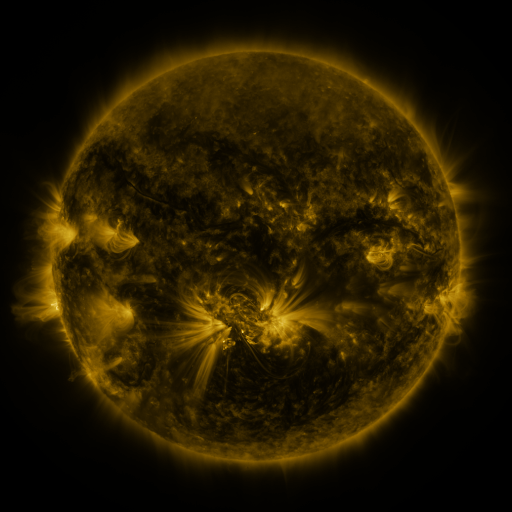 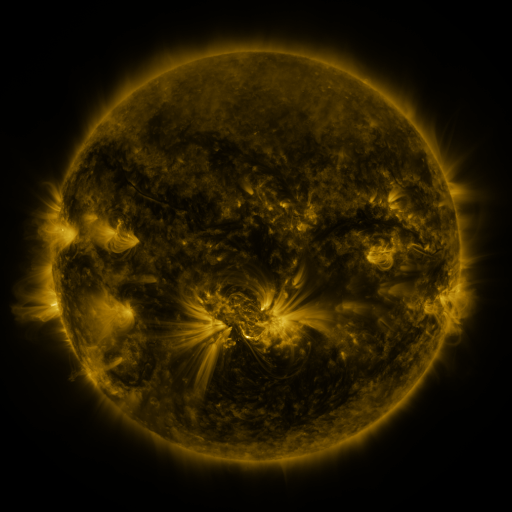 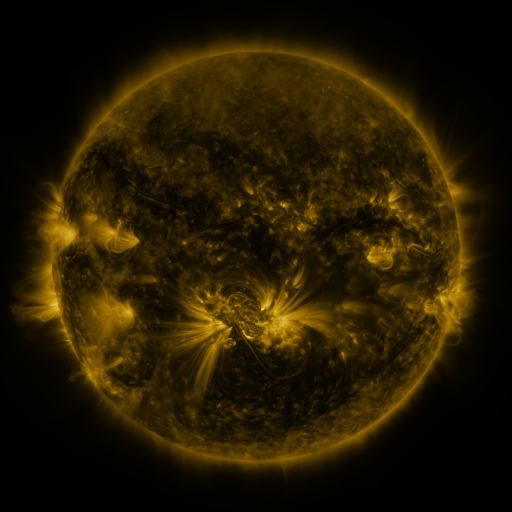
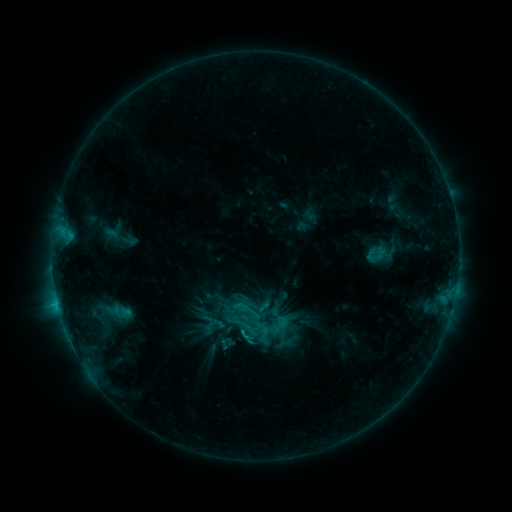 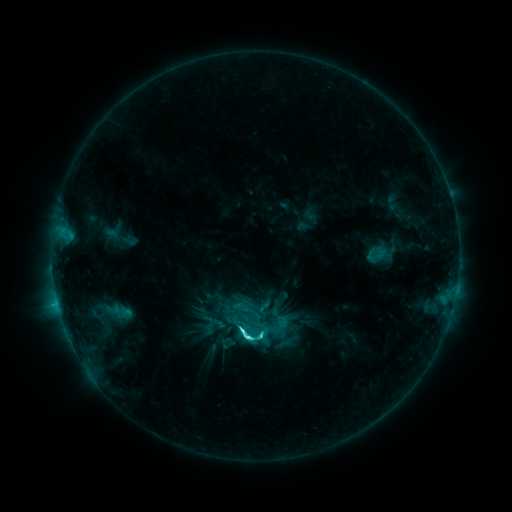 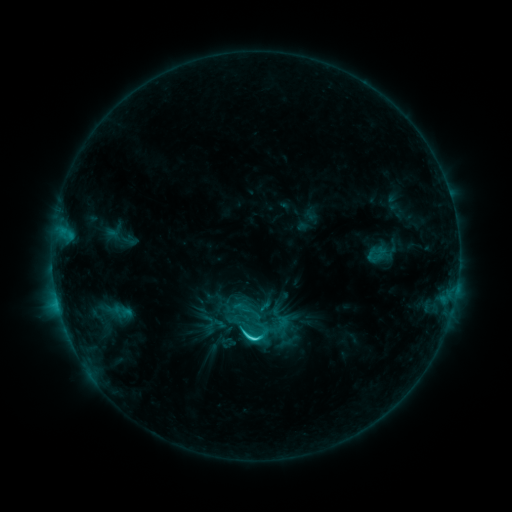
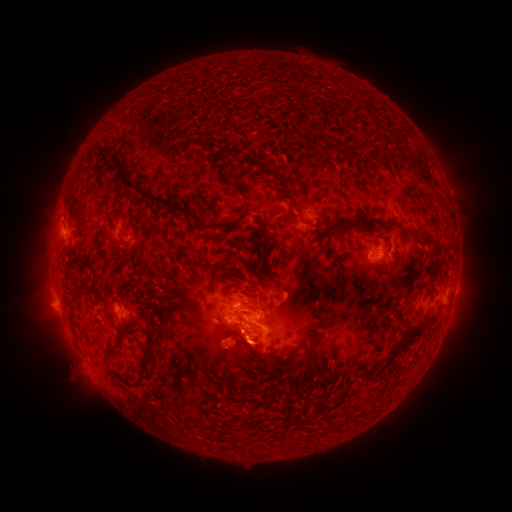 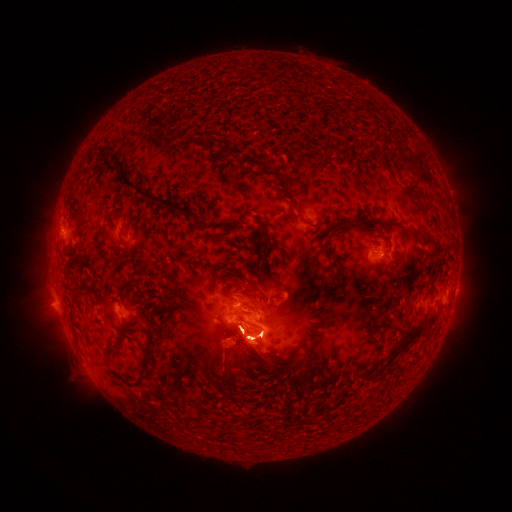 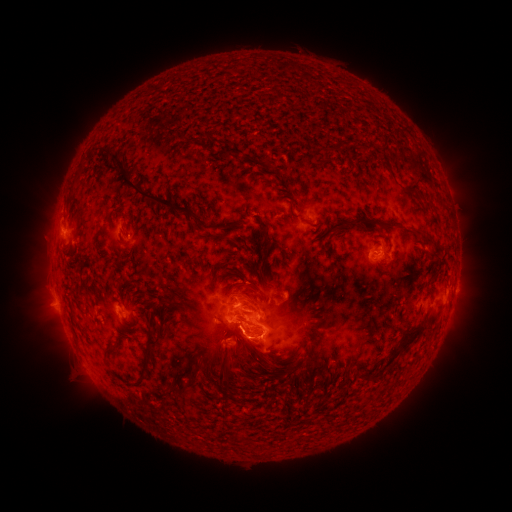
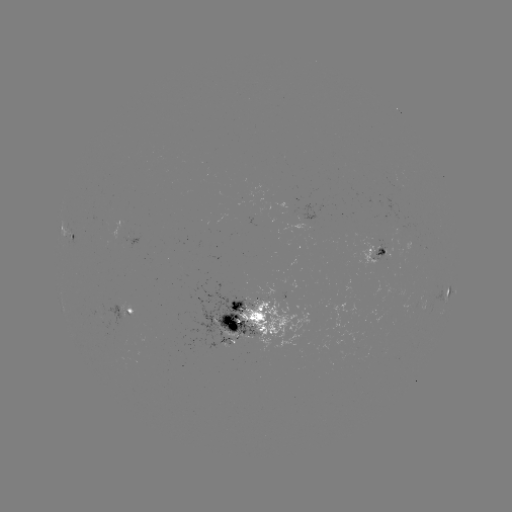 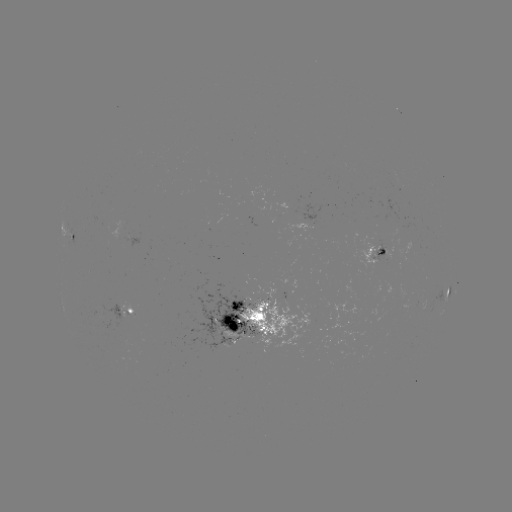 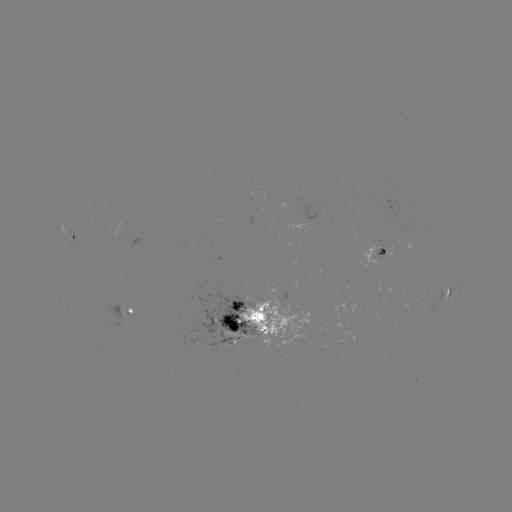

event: eruption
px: (250, 350)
